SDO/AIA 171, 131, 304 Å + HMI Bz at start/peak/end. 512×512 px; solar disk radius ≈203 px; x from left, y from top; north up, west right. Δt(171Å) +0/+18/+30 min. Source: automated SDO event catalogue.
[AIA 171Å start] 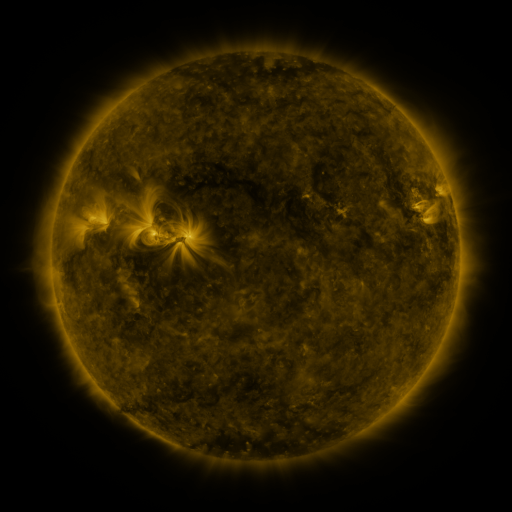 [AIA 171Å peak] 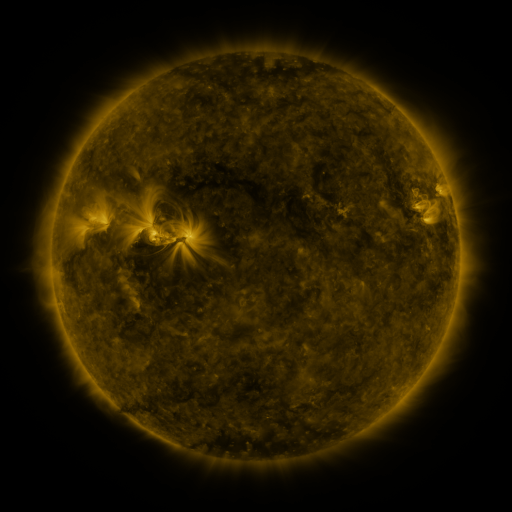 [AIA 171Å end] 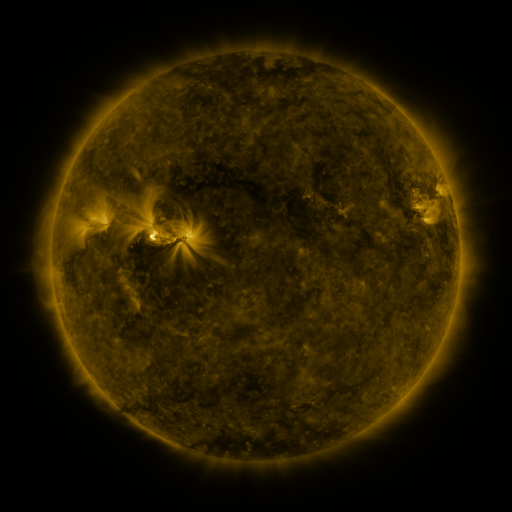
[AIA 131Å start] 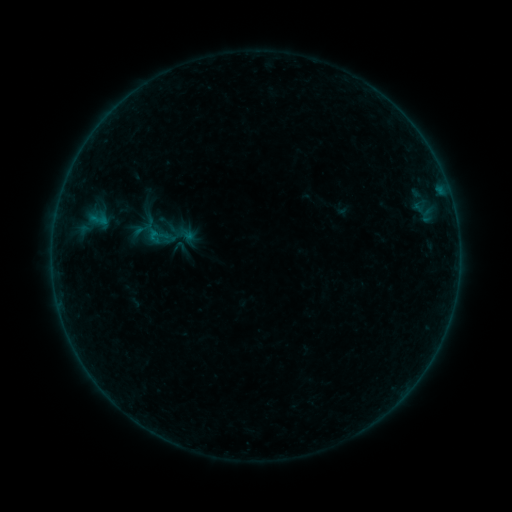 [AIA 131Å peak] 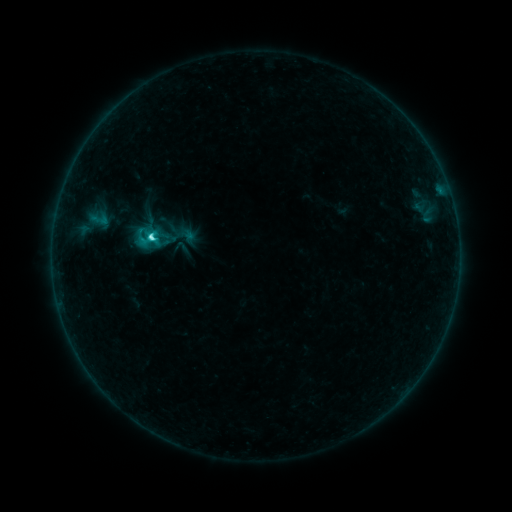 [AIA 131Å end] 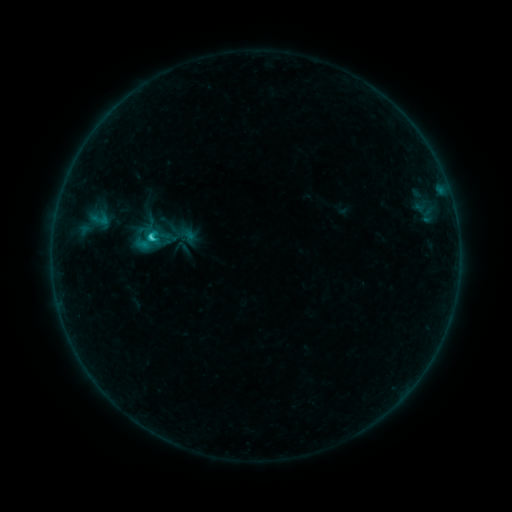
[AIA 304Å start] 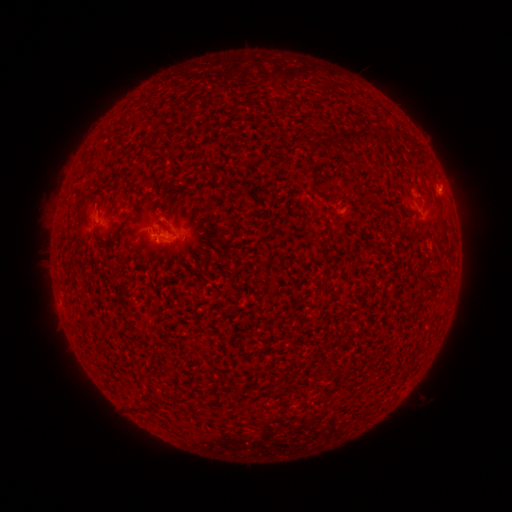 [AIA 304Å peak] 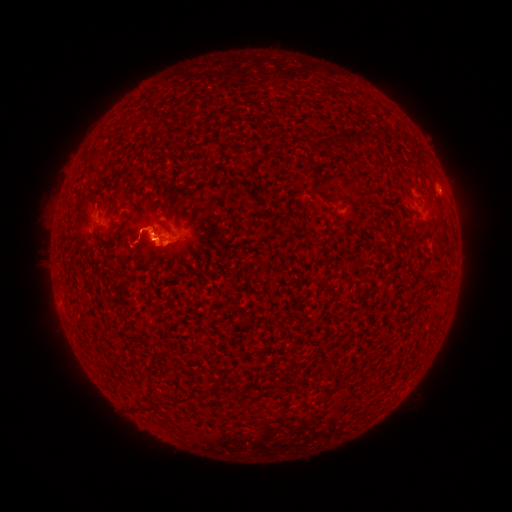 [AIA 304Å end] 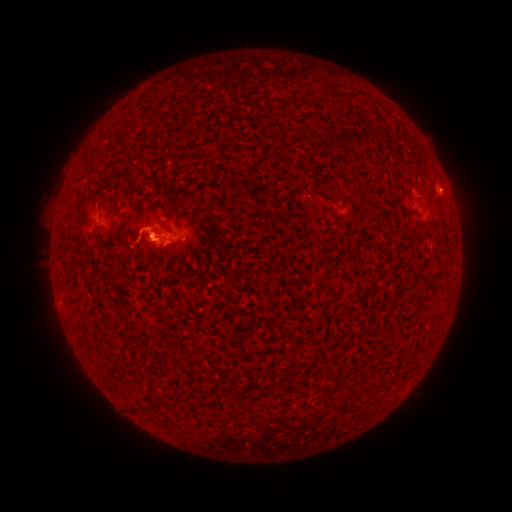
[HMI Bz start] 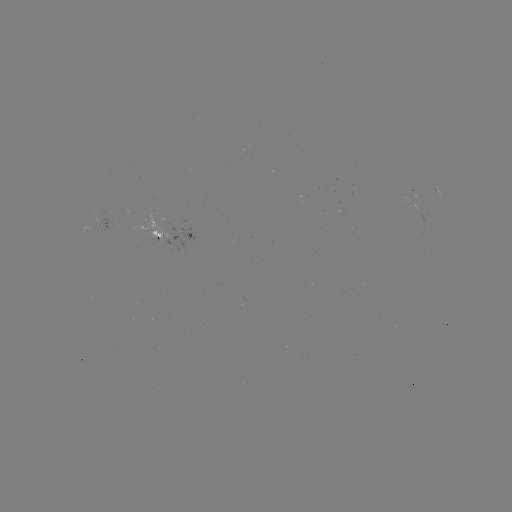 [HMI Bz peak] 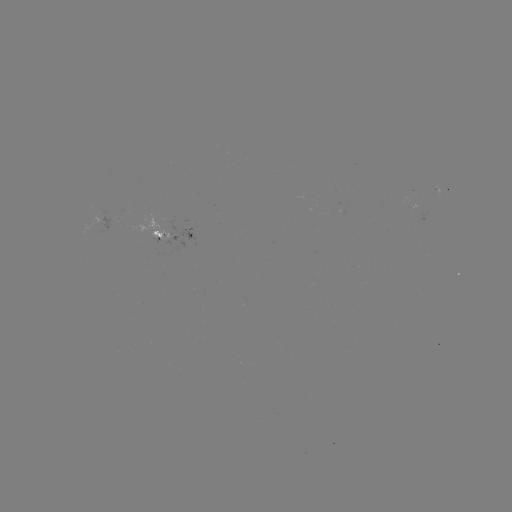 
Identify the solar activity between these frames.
C2.7 flare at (154, 241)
